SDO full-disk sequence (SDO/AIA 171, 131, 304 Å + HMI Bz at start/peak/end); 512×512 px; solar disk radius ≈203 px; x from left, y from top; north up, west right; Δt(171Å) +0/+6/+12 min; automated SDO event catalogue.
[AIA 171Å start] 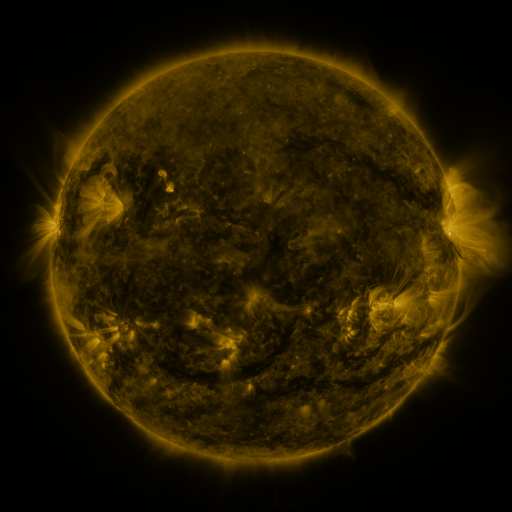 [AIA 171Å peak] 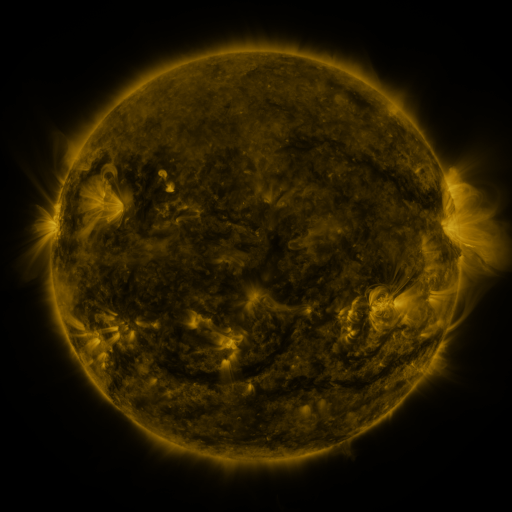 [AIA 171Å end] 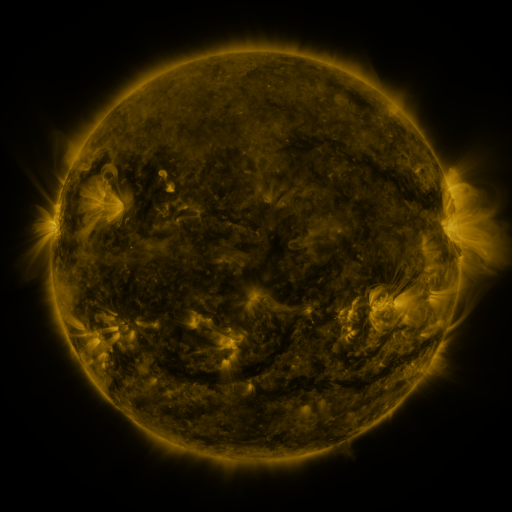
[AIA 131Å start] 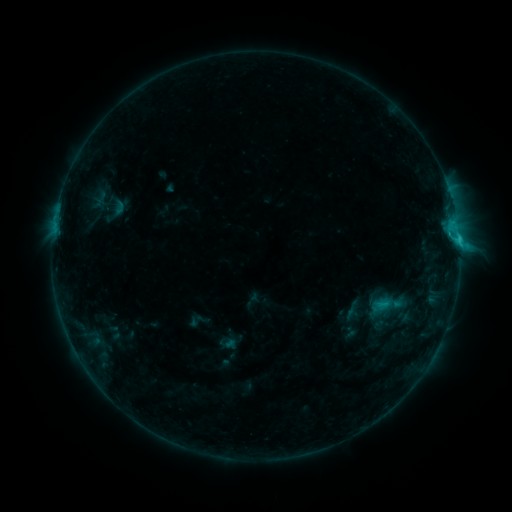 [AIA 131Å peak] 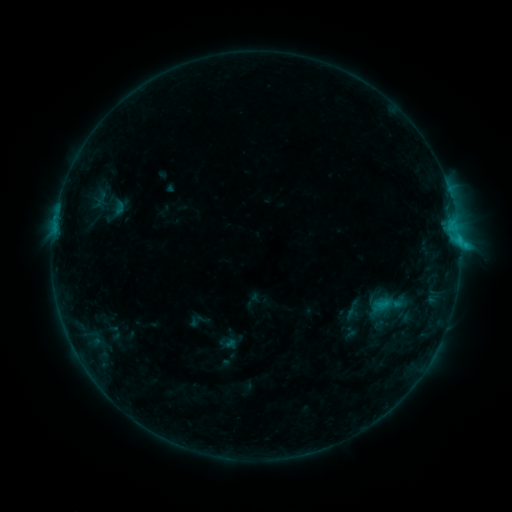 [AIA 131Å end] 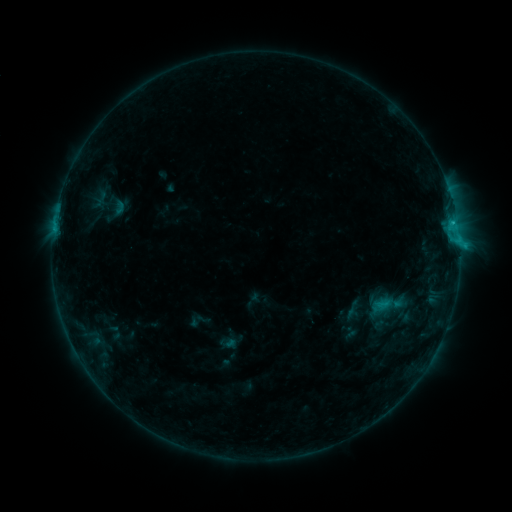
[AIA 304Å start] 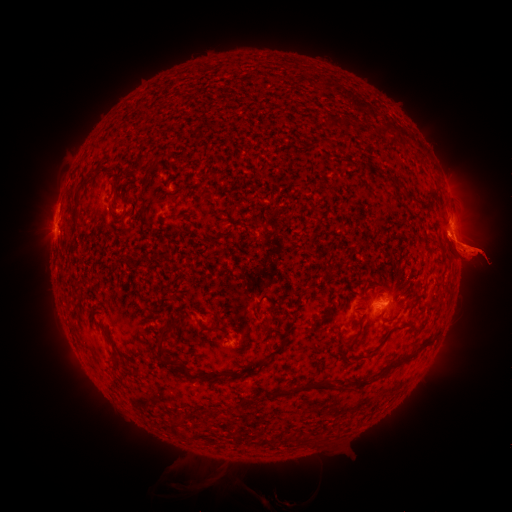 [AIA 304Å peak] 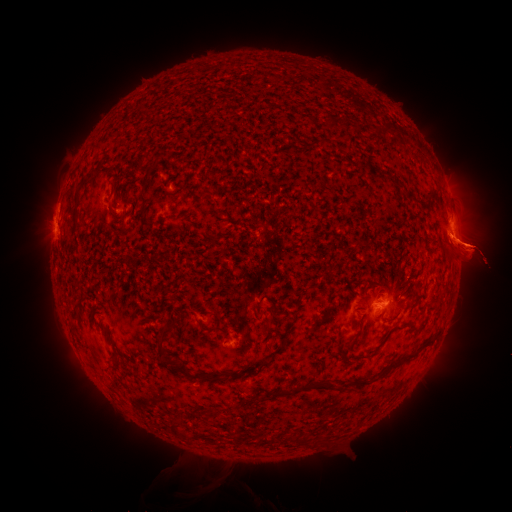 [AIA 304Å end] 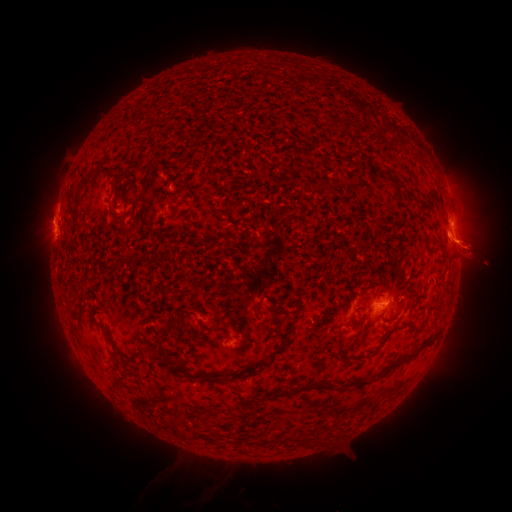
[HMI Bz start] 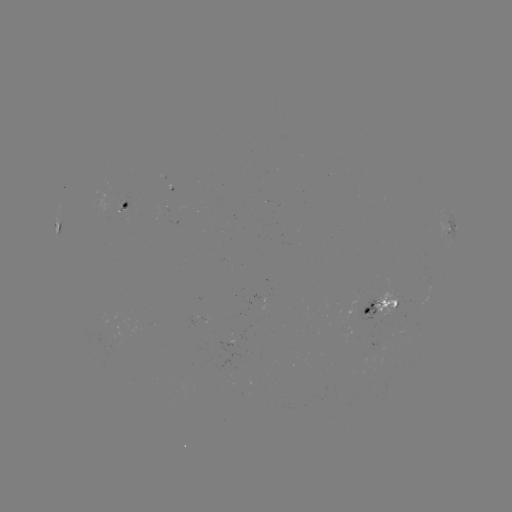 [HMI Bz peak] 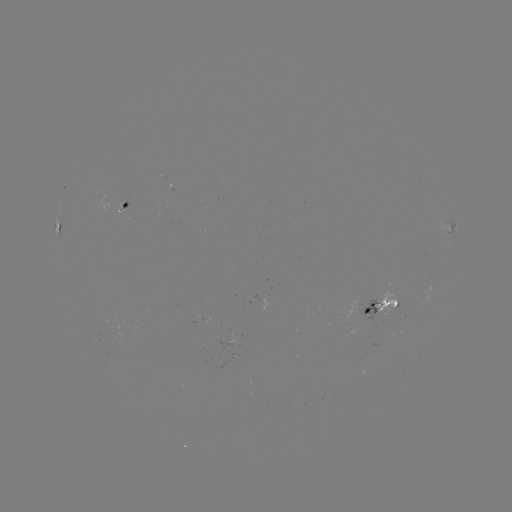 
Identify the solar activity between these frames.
eruption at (472, 326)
